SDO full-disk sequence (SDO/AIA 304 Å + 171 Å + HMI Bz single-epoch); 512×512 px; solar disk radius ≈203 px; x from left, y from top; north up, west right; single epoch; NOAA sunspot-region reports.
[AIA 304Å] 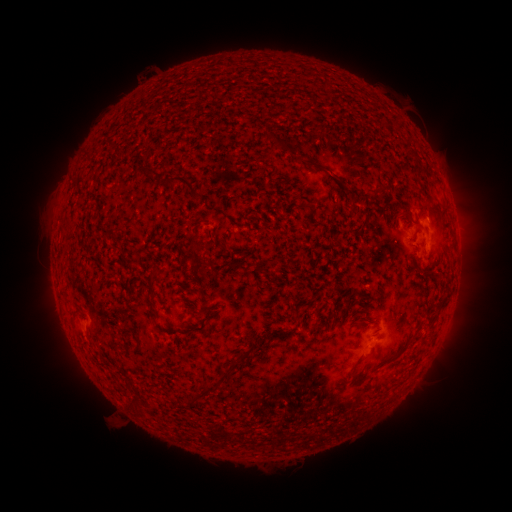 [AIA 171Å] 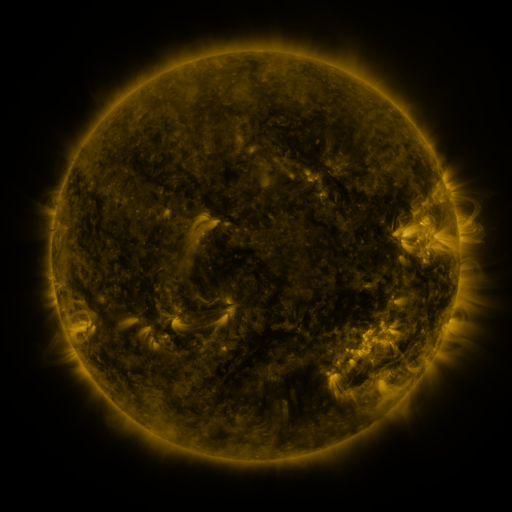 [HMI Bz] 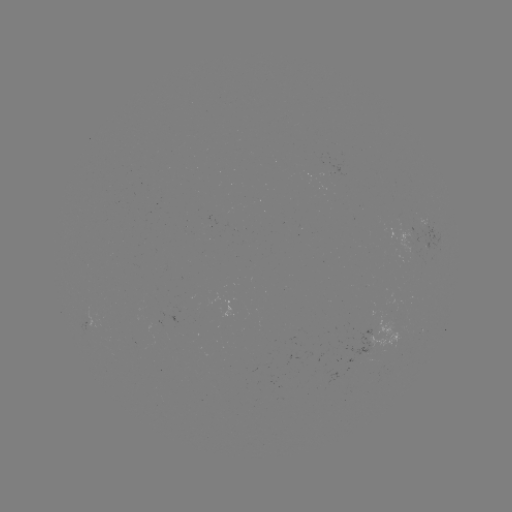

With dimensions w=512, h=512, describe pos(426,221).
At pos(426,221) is spotted active region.